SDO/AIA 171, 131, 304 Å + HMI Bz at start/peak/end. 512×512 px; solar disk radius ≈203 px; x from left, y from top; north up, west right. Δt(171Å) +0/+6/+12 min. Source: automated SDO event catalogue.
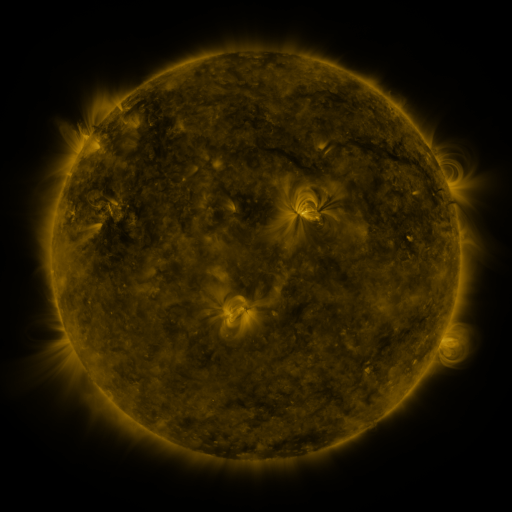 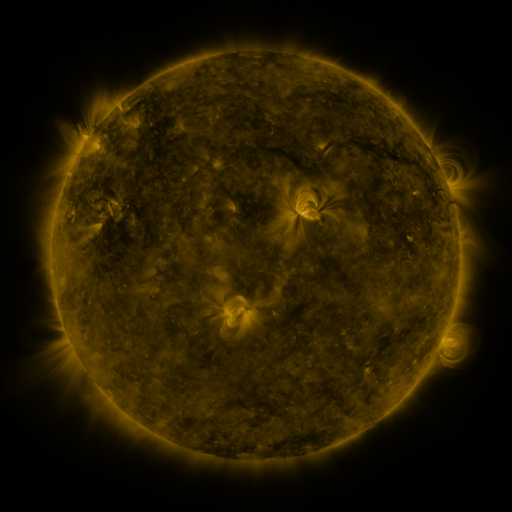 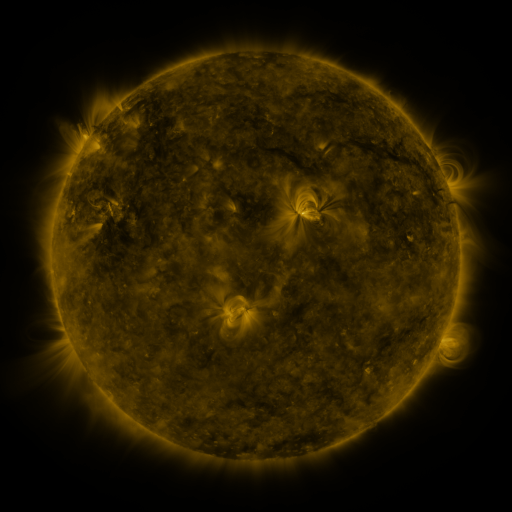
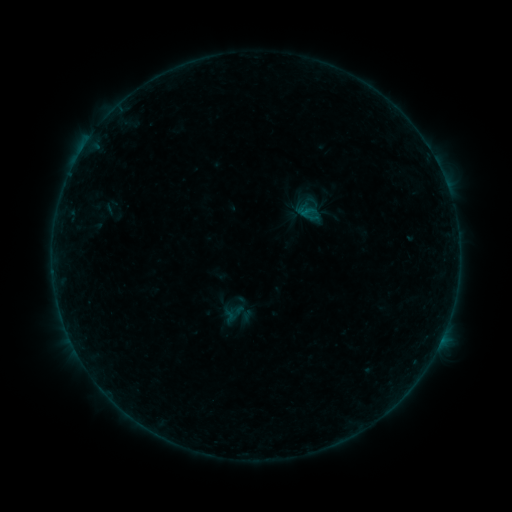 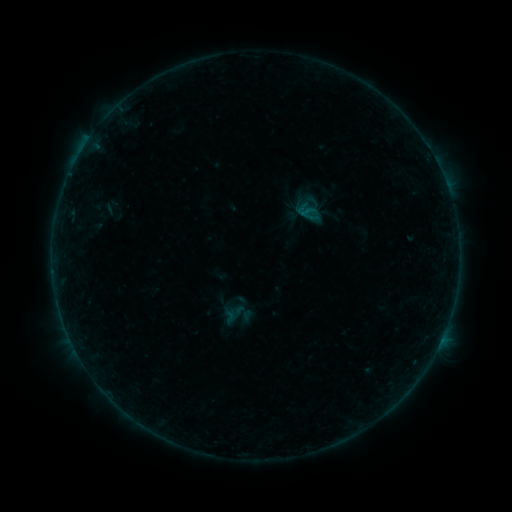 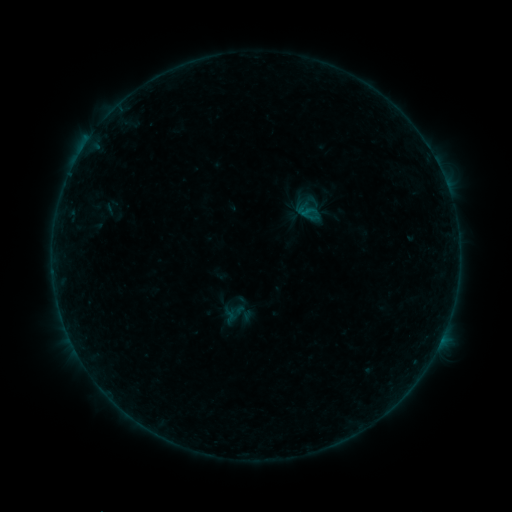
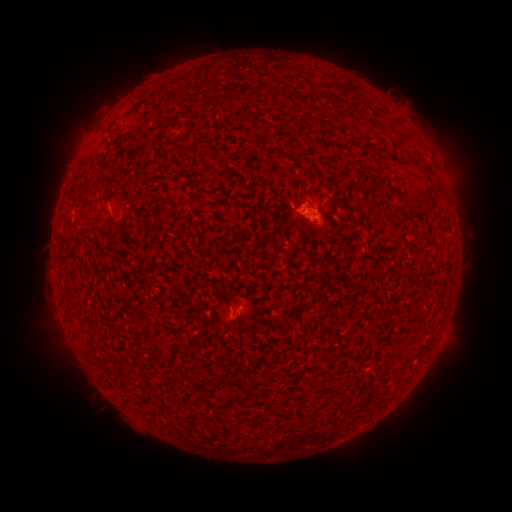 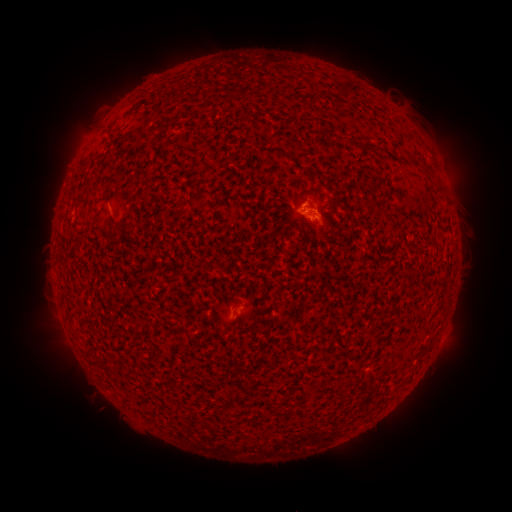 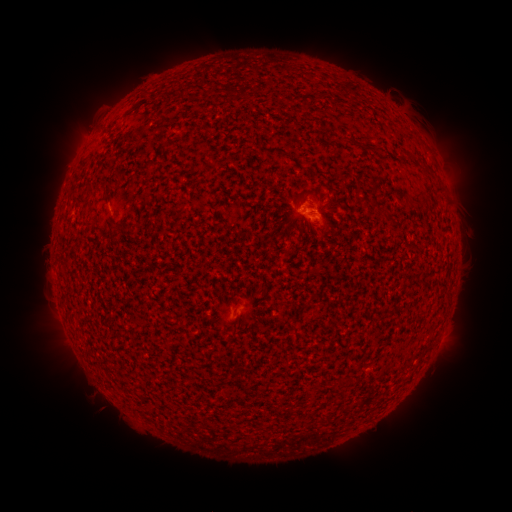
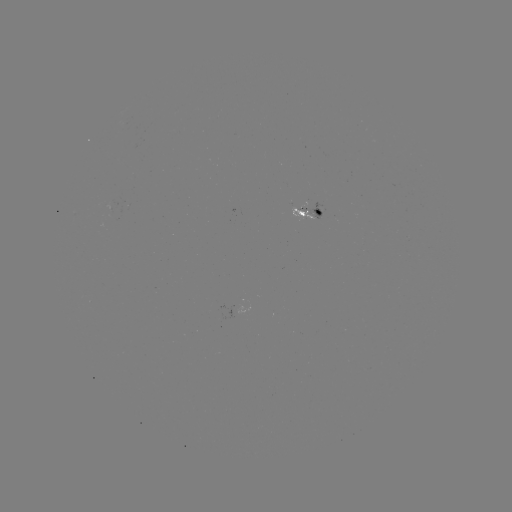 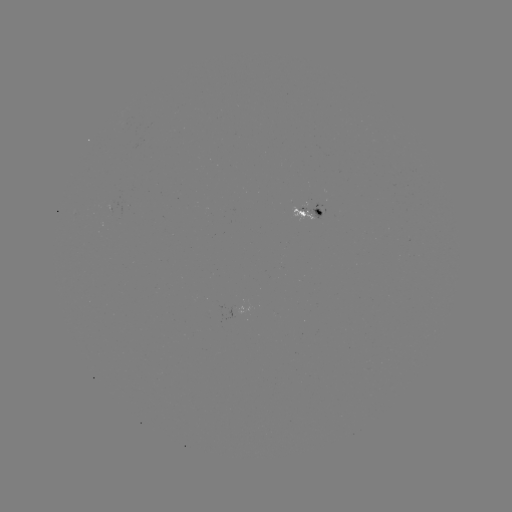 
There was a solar flare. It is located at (300, 210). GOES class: B1.8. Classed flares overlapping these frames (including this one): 1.